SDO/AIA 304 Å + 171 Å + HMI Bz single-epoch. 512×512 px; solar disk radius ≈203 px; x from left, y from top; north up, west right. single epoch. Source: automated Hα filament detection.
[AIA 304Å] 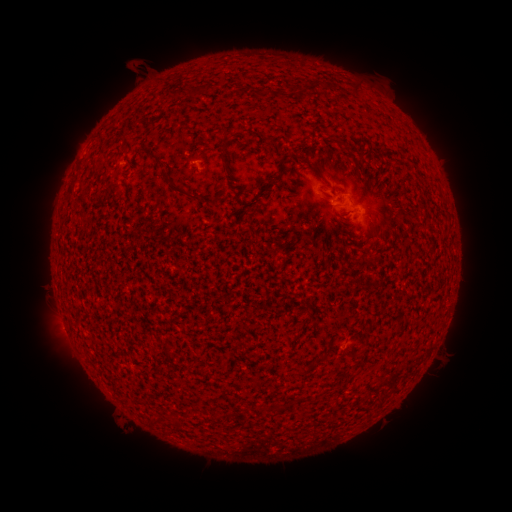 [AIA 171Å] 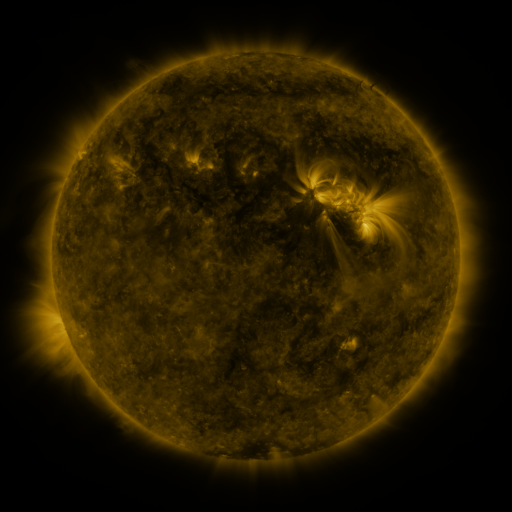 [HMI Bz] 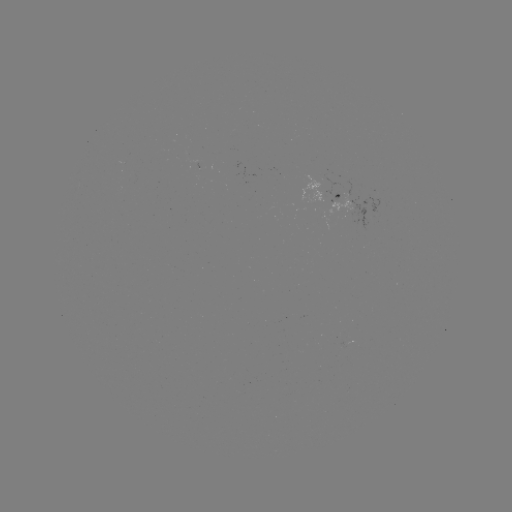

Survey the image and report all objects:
filament: <bbox>222, 135, 232, 153</bbox>
filament: <bbox>340, 142, 354, 157</bbox>
filament: <bbox>150, 150, 159, 159</bbox>
filament: <bbox>92, 159, 103, 170</bbox>
filament: <bbox>164, 176, 189, 195</bbox>
filament: <bbox>309, 348, 329, 369</bbox>
filament: <bbox>292, 366, 301, 376</bbox>
